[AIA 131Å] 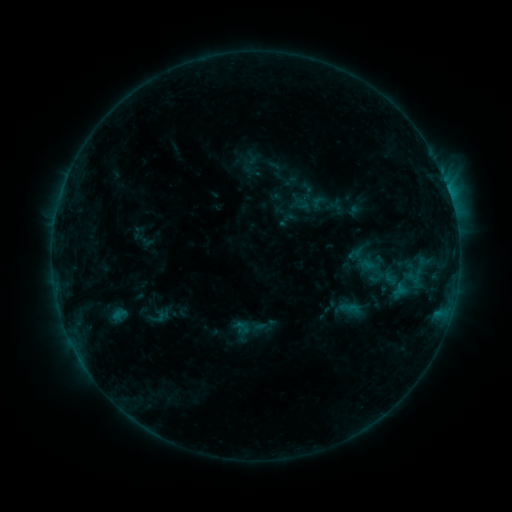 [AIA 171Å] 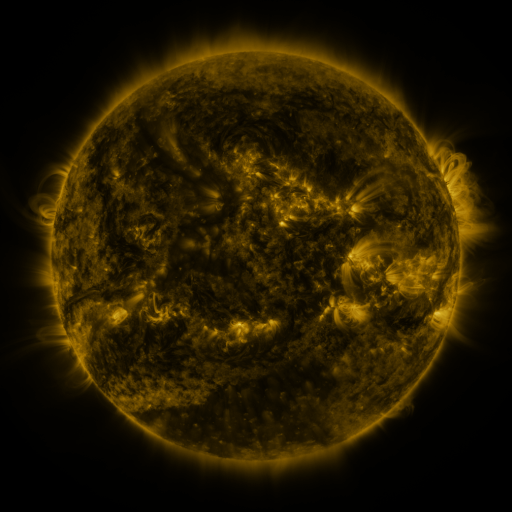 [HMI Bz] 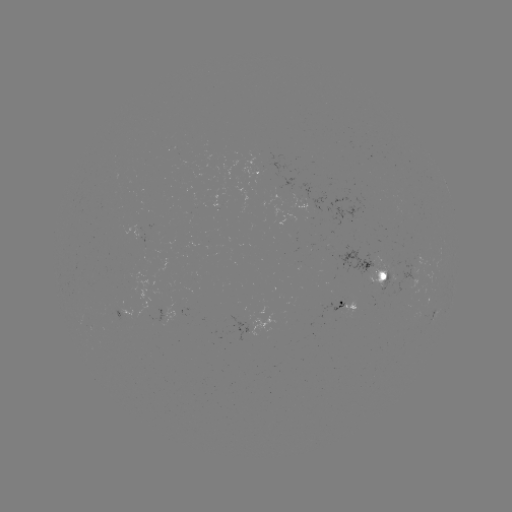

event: sigmoid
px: (372, 268)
